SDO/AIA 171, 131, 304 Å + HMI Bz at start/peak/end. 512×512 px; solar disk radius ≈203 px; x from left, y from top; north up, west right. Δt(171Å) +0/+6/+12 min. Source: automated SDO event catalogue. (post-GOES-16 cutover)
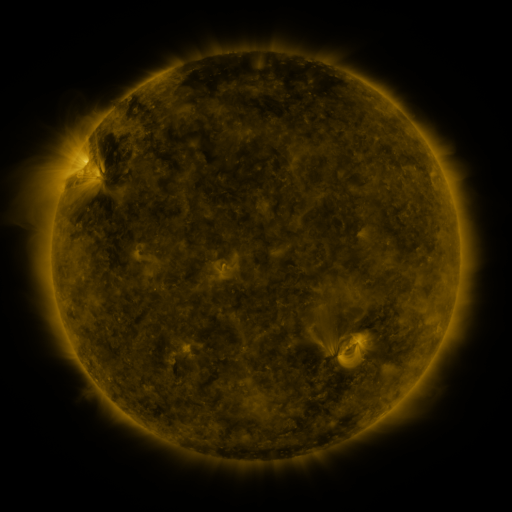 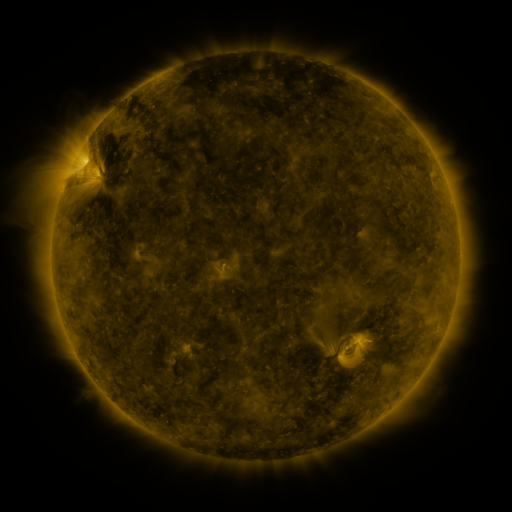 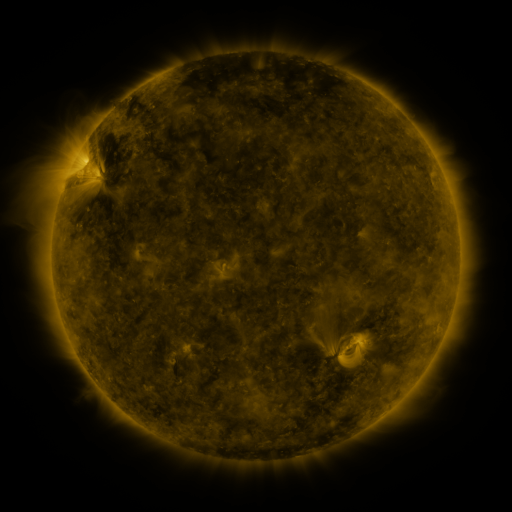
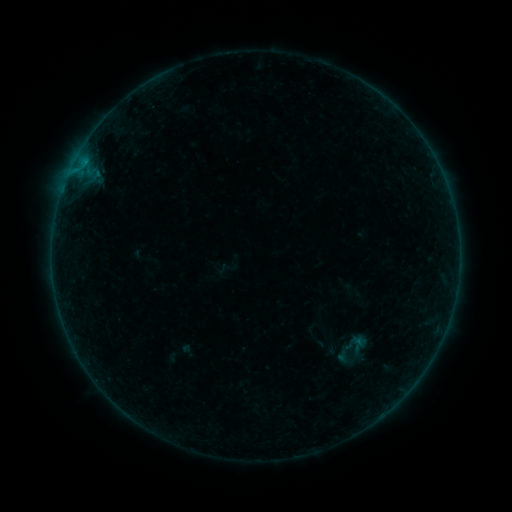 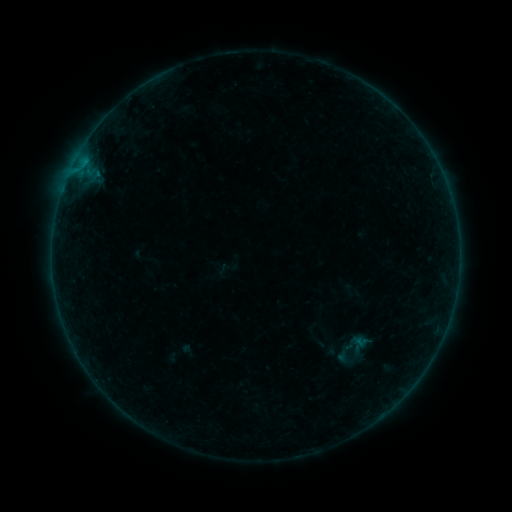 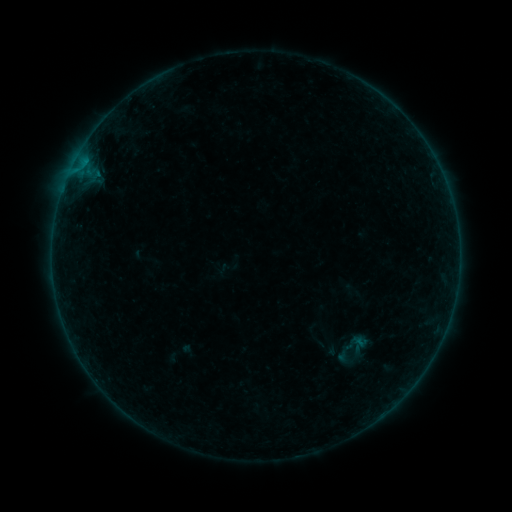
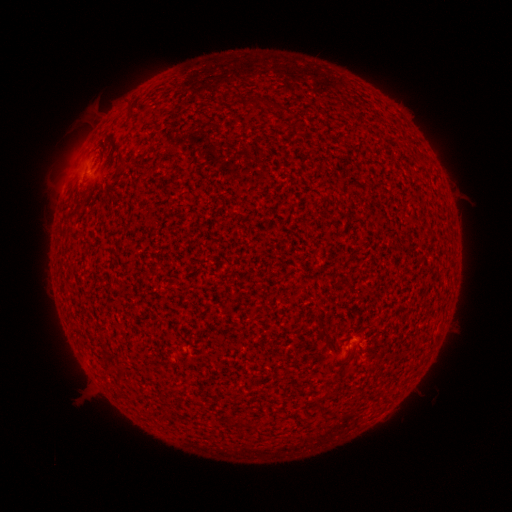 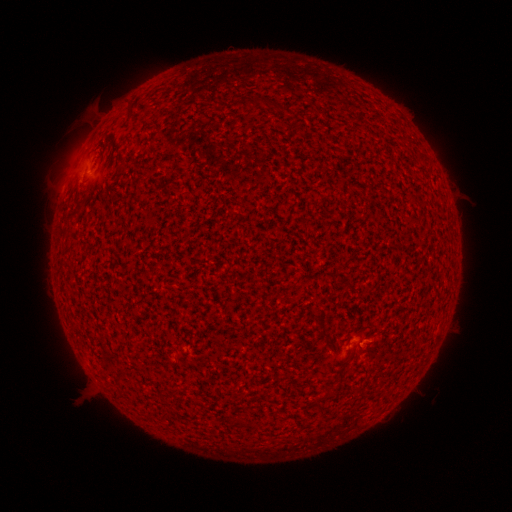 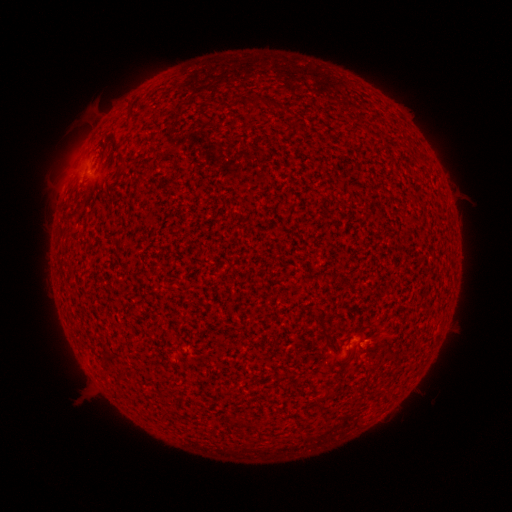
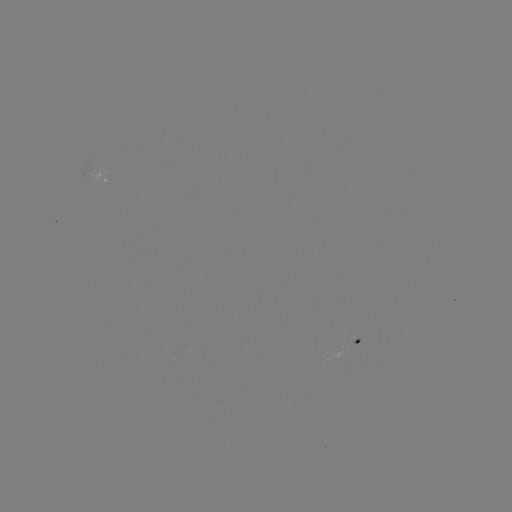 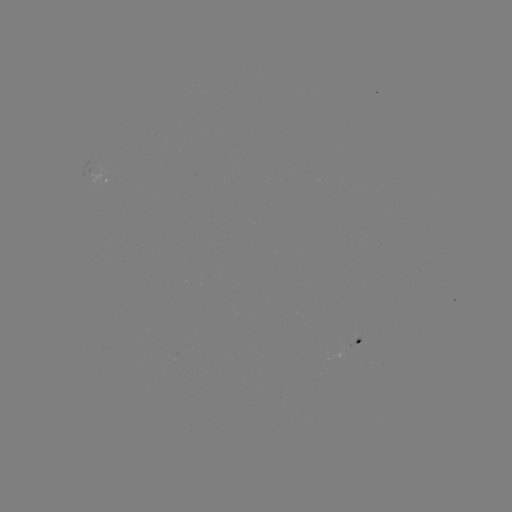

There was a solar flare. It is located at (363, 341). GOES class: A3.8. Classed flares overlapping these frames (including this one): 1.